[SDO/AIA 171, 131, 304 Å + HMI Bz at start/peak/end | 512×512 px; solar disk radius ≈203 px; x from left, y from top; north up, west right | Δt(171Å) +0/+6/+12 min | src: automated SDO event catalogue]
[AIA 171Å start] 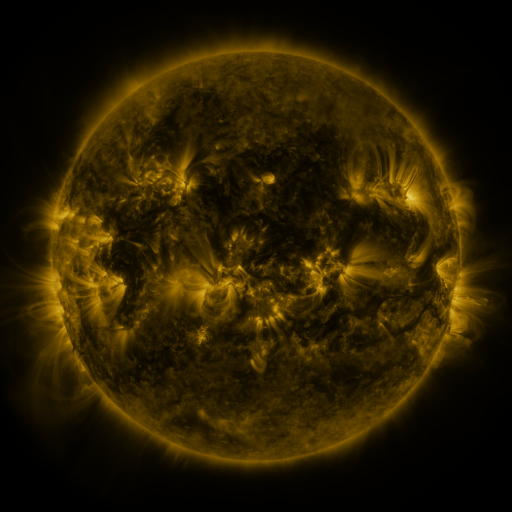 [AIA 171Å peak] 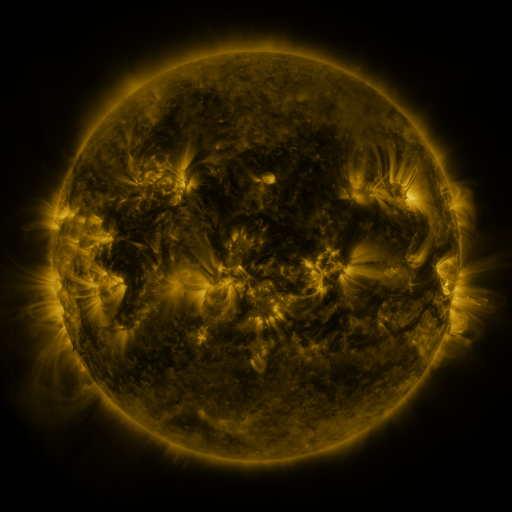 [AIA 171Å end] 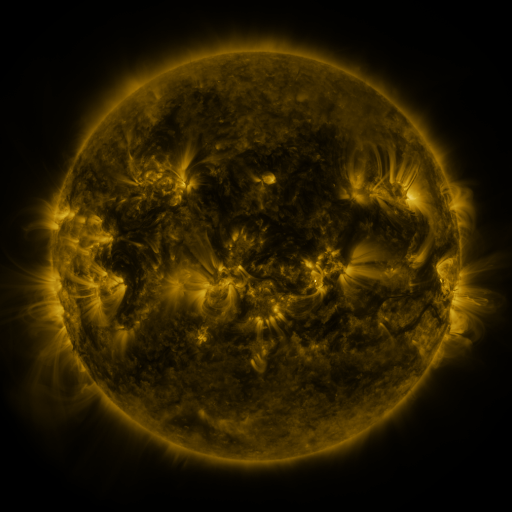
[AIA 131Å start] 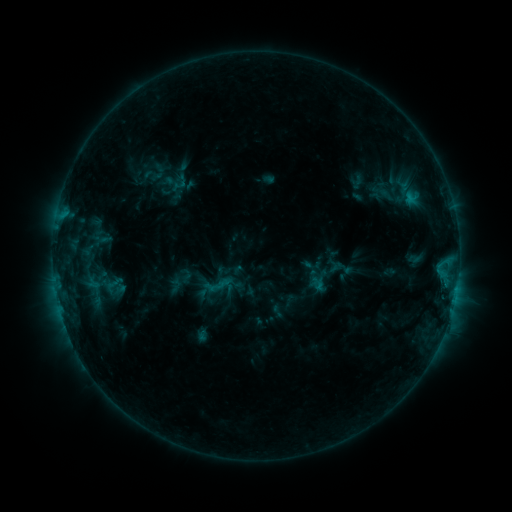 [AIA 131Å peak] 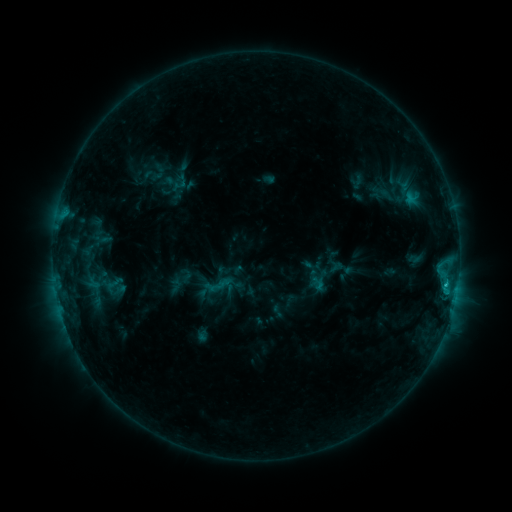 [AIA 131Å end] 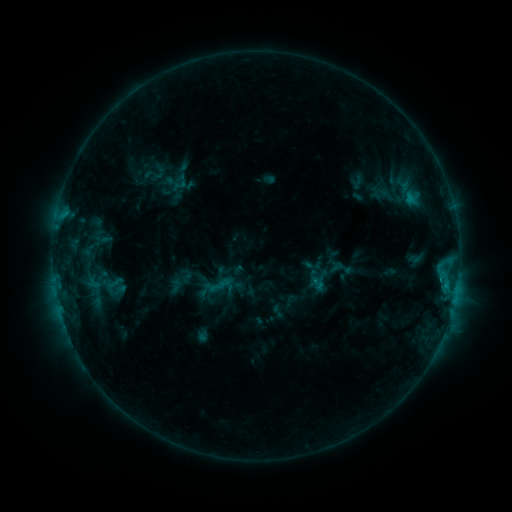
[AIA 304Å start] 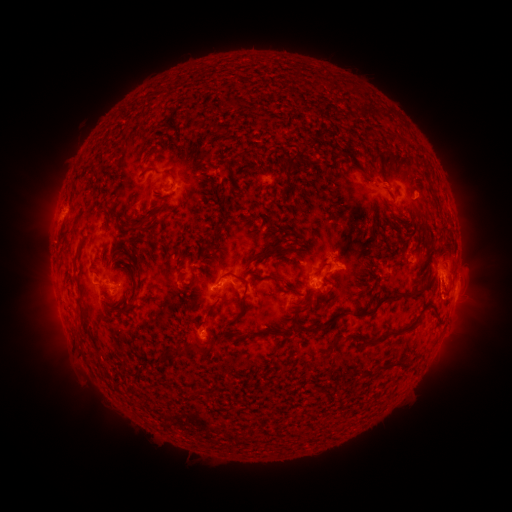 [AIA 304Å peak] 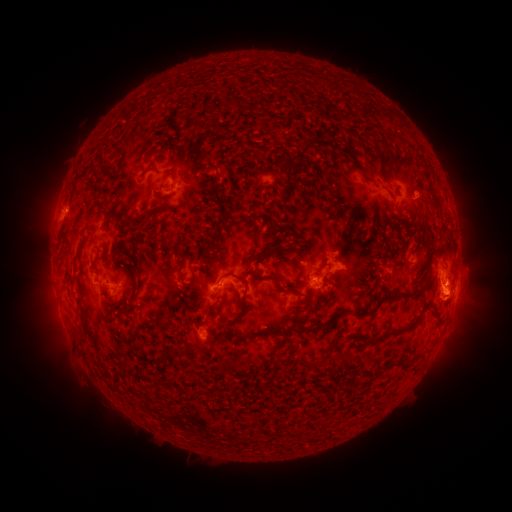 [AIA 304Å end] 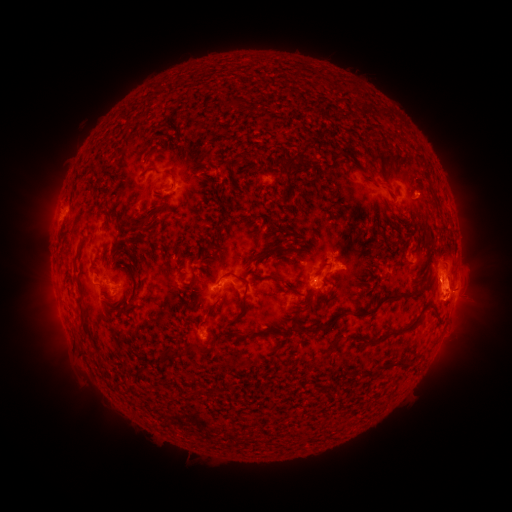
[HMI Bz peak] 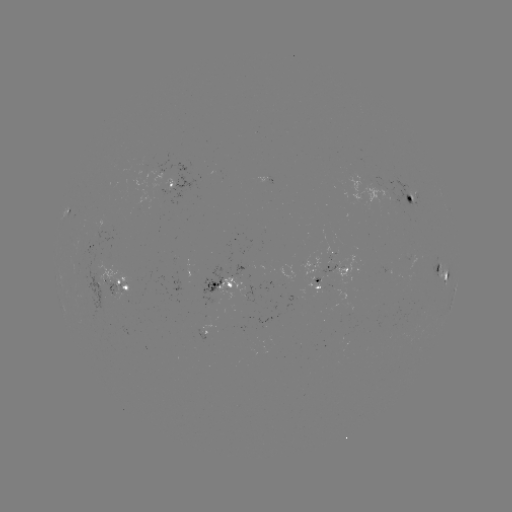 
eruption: (416, 262, 484, 346)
